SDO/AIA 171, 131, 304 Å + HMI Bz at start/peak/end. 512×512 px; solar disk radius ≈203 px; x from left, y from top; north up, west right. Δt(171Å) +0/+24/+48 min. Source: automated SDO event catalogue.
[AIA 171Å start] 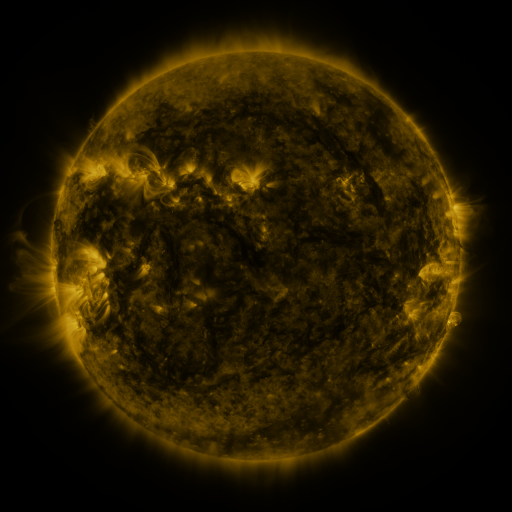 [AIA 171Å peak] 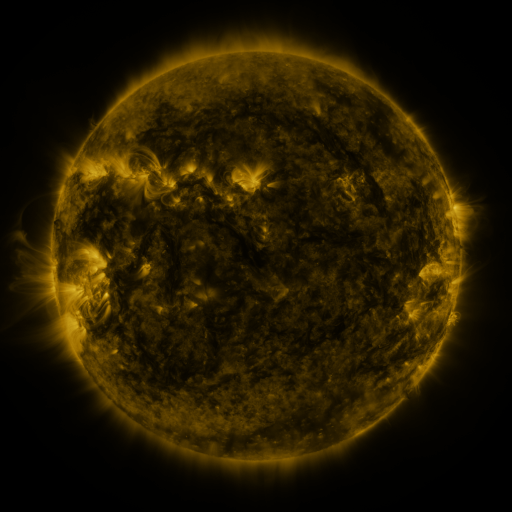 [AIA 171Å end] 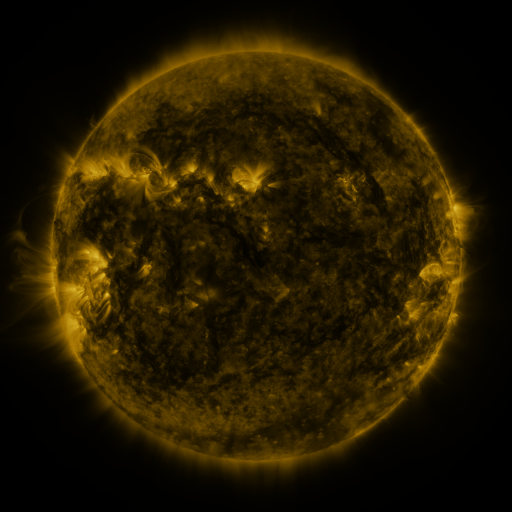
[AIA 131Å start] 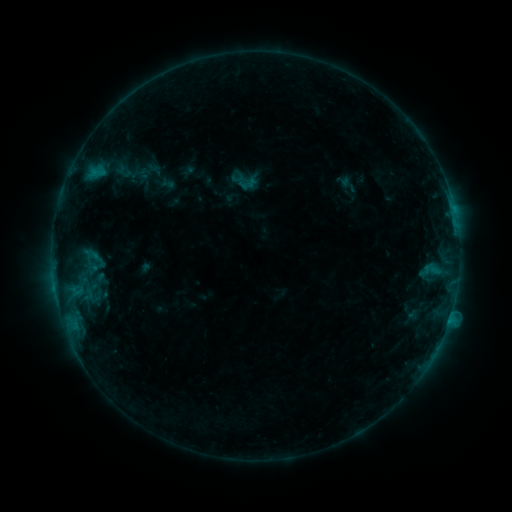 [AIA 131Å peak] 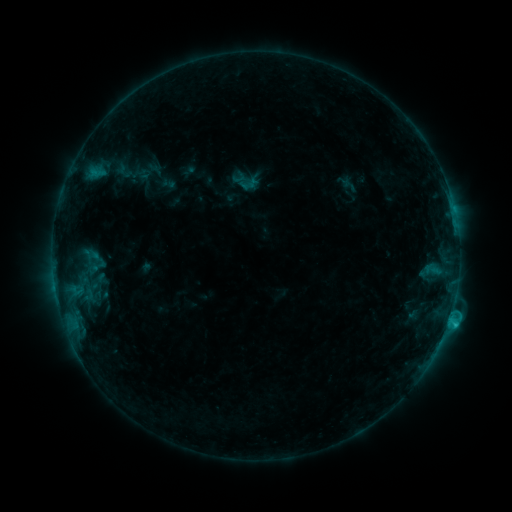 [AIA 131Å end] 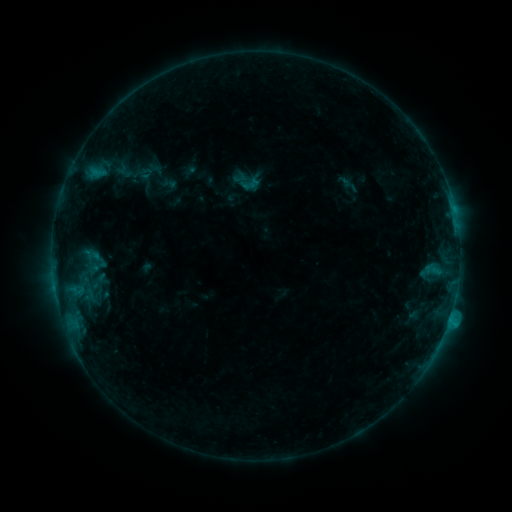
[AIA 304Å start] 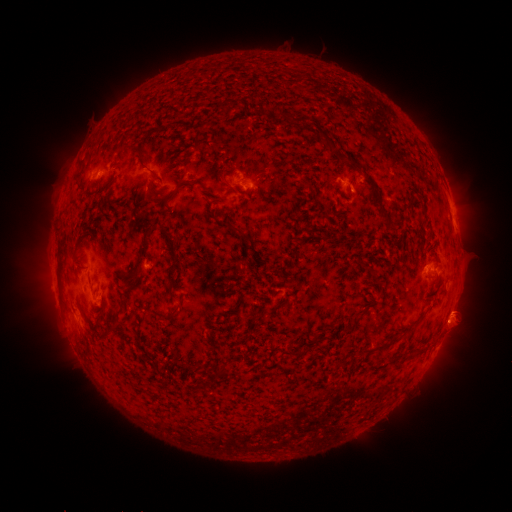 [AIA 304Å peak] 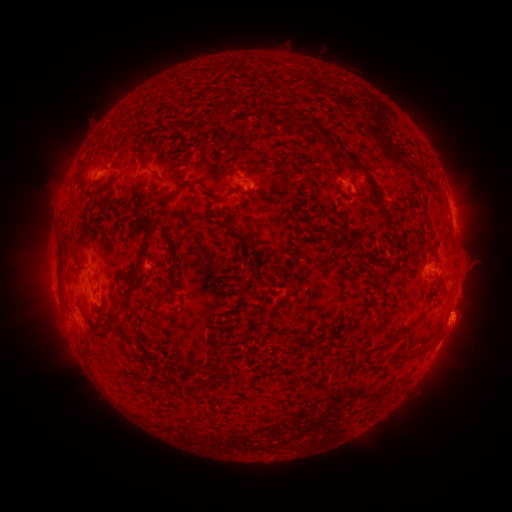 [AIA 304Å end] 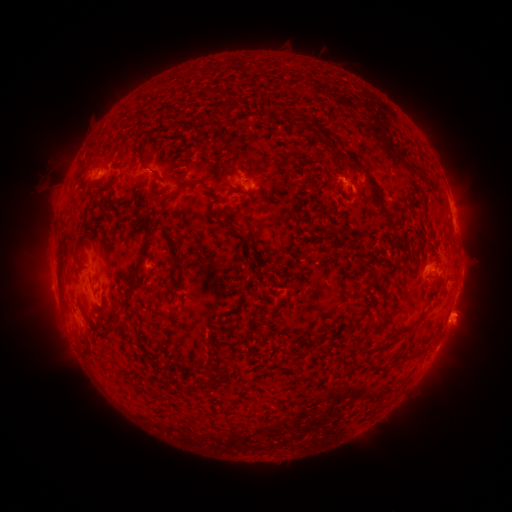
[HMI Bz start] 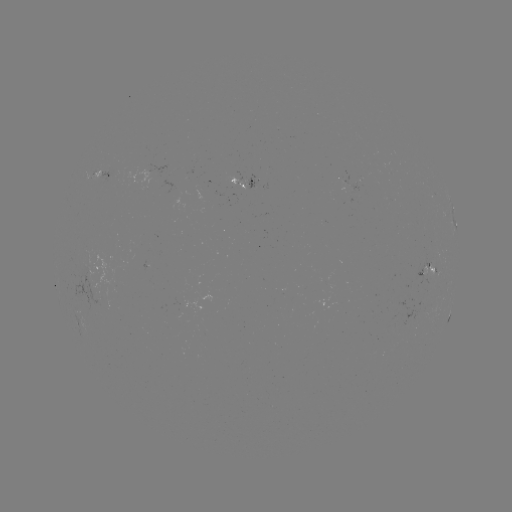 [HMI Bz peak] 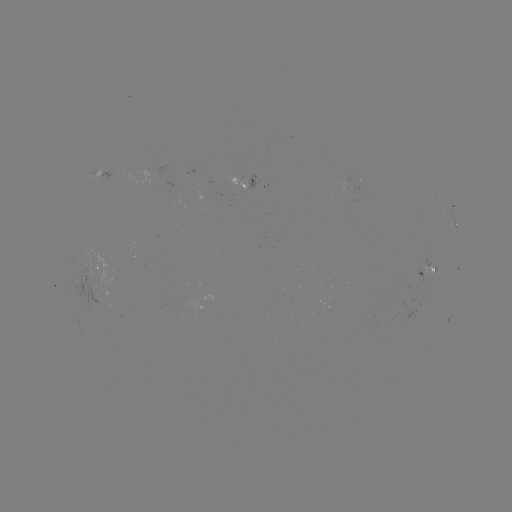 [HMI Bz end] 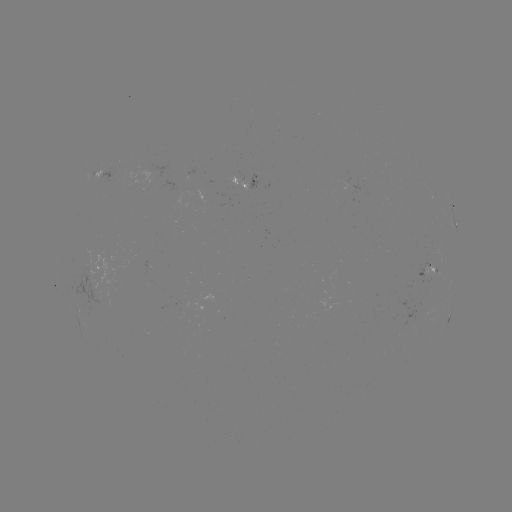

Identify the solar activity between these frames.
C1.5 flare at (447, 320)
